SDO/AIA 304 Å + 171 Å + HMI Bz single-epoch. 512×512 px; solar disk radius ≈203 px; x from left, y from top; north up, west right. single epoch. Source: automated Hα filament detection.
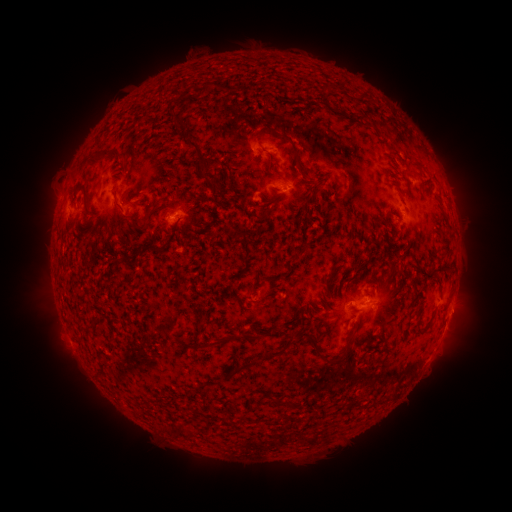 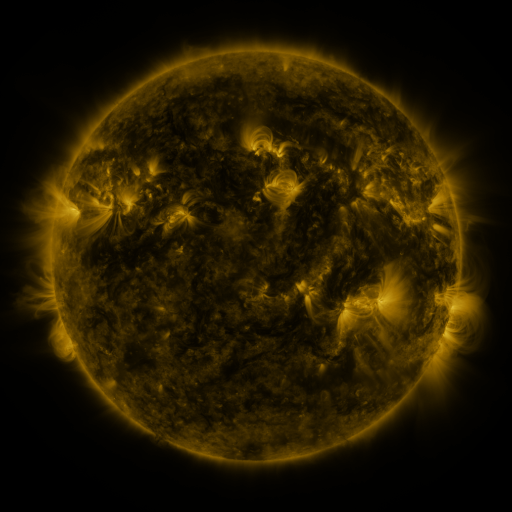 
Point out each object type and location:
filament: (329, 86)
filament: (205, 87)
filament: (356, 117)
filament: (178, 121)
filament: (288, 139)
filament: (193, 146)
filament: (120, 156)
filament: (203, 166)
filament: (211, 181)
filament: (312, 192)
filament: (74, 196)
filament: (275, 196)
filament: (163, 209)
filament: (78, 213)
filament: (92, 216)
filament: (258, 218)
filament: (144, 223)
filament: (177, 223)
filament: (141, 251)
filament: (254, 285)
filament: (332, 287)
filament: (316, 306)
filament: (95, 323)
filament: (419, 325)
filament: (353, 331)
filament: (298, 336)
filament: (253, 337)
filament: (324, 356)
filament: (260, 359)
filament: (277, 401)
filament: (227, 417)
filament: (167, 429)
filament: (187, 431)
